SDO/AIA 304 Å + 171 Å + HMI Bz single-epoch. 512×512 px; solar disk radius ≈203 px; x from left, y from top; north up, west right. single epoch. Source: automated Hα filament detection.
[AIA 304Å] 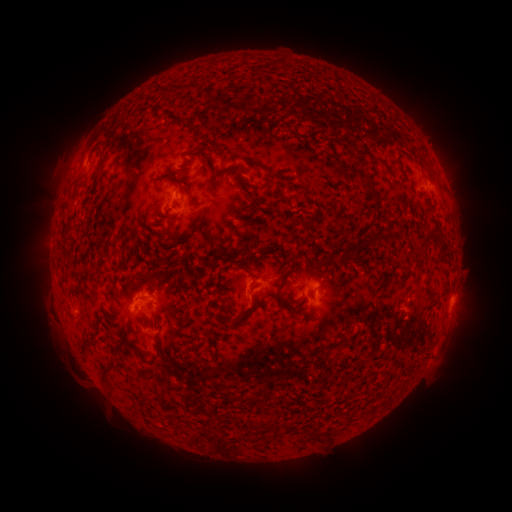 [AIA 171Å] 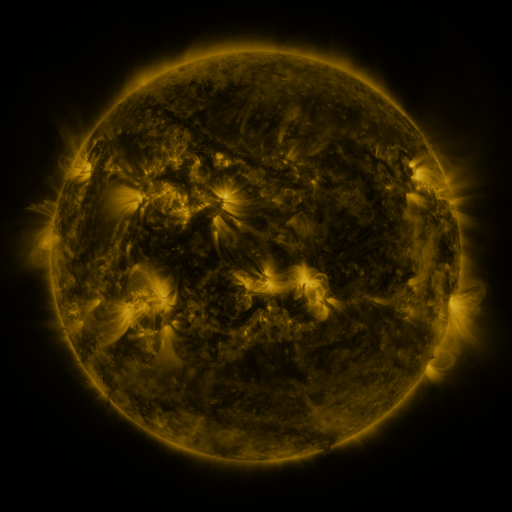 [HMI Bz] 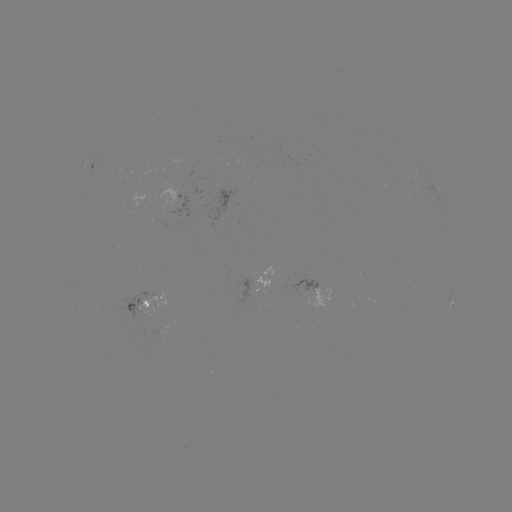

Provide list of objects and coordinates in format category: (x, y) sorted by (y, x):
filament: (195, 88)
filament: (203, 138)
filament: (348, 142)
filament: (101, 159)
filament: (264, 167)
filament: (215, 187)
filament: (247, 190)
filament: (312, 224)
filament: (432, 232)
filament: (380, 238)
filament: (250, 254)
filament: (81, 281)
filament: (84, 345)
filament: (157, 349)
filament: (142, 355)
filament: (200, 360)
filament: (106, 370)
filament: (241, 398)
